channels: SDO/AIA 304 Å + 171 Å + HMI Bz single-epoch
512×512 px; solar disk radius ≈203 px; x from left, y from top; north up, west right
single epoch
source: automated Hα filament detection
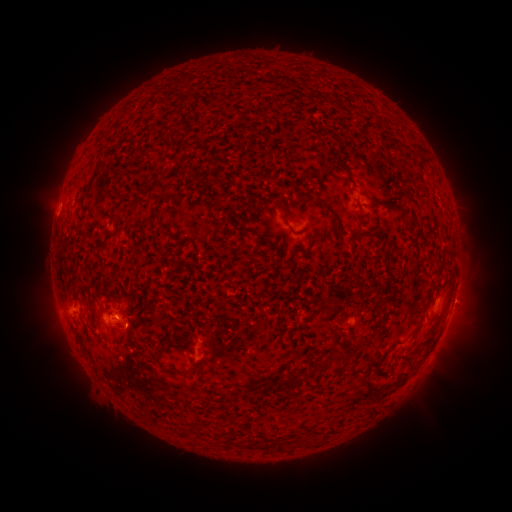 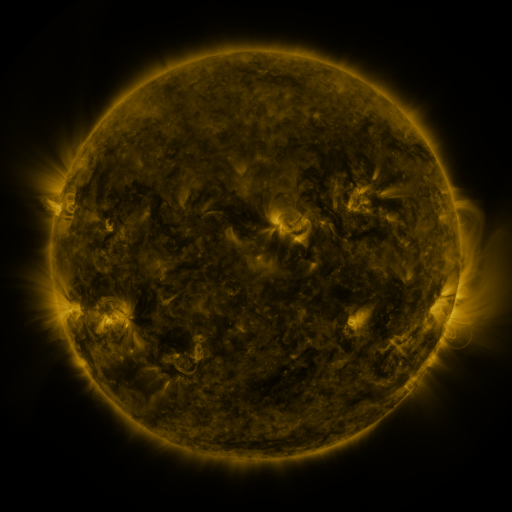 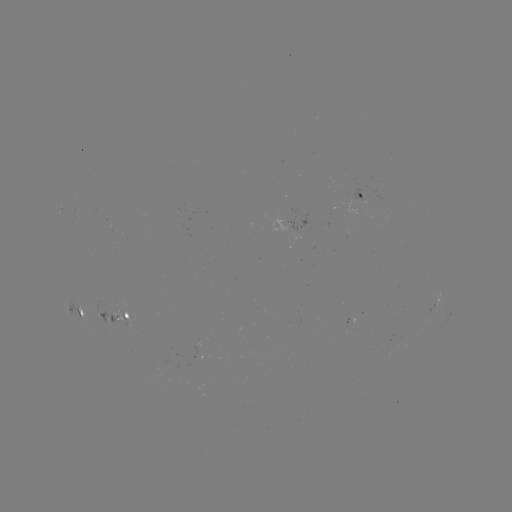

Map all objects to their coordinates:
filament: (406, 146, 422, 155)
filament: (337, 160, 348, 173)
filament: (318, 198, 348, 235)
filament: (278, 201, 291, 227)
filament: (110, 213, 119, 224)
filament: (286, 244, 313, 264)
filament: (425, 309, 445, 344)
filament: (354, 336, 369, 351)
filament: (153, 348, 165, 362)
filament: (320, 350, 352, 369)
filament: (403, 354, 413, 364)
filament: (280, 373, 300, 390)
filament: (245, 442, 255, 450)
